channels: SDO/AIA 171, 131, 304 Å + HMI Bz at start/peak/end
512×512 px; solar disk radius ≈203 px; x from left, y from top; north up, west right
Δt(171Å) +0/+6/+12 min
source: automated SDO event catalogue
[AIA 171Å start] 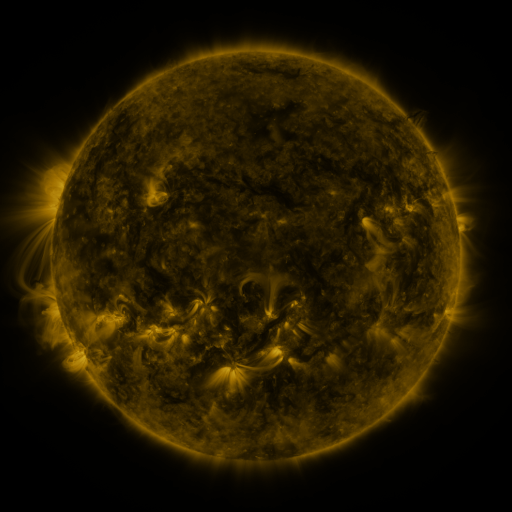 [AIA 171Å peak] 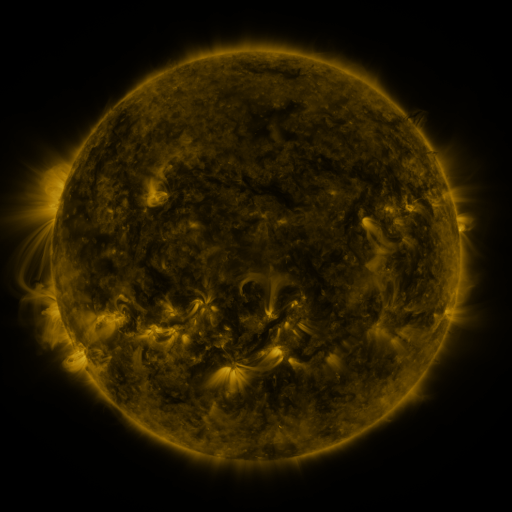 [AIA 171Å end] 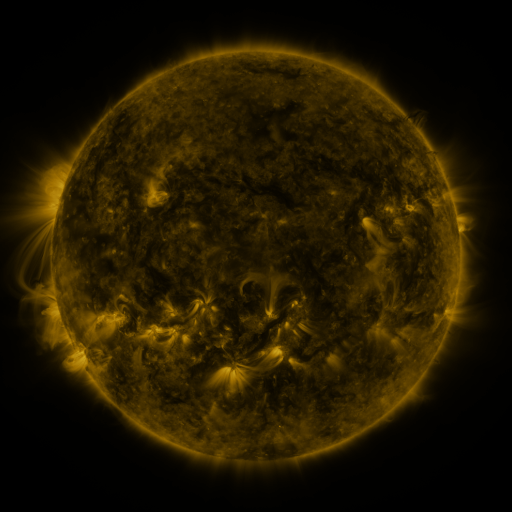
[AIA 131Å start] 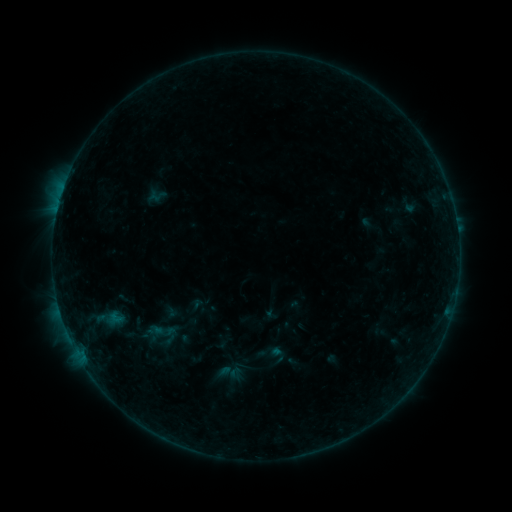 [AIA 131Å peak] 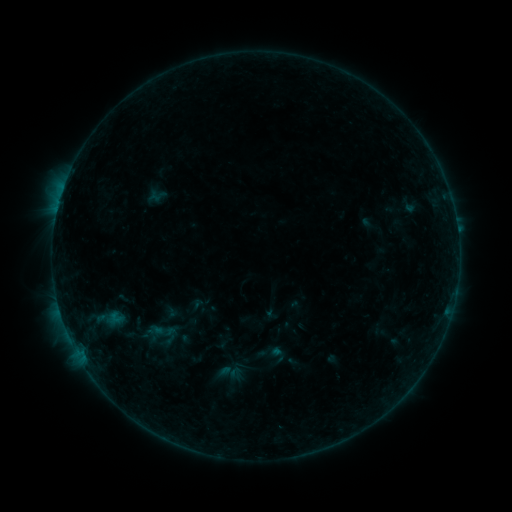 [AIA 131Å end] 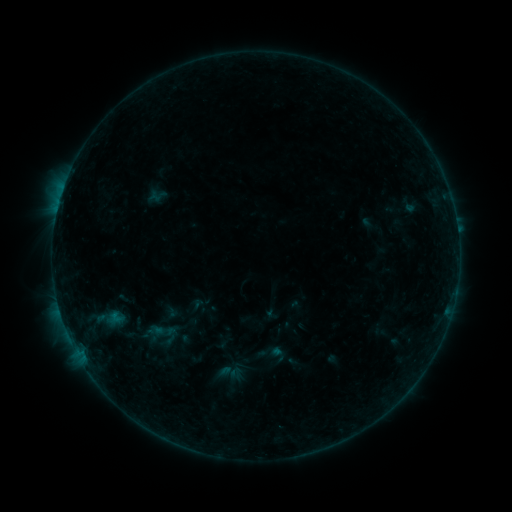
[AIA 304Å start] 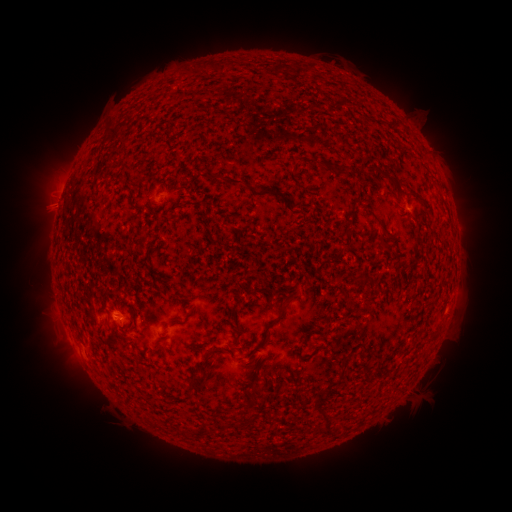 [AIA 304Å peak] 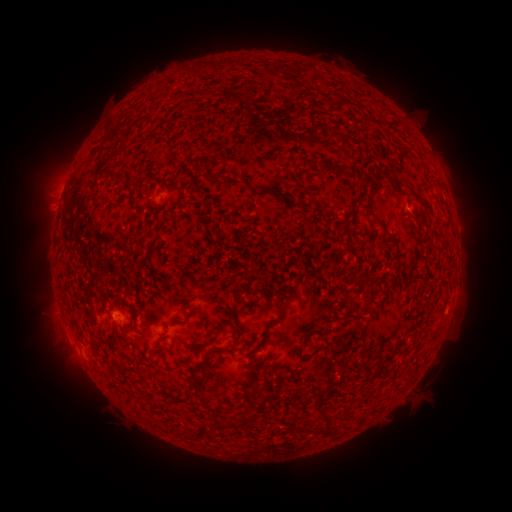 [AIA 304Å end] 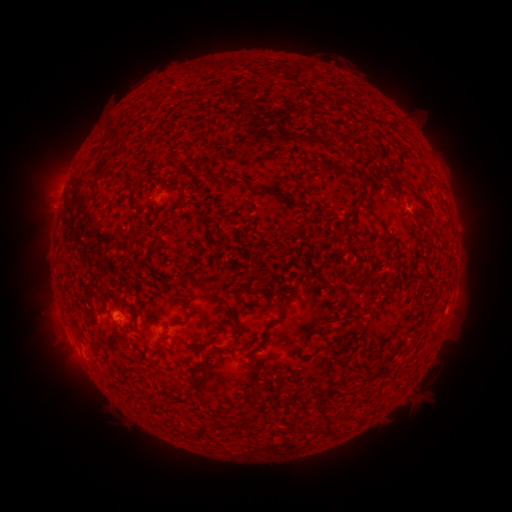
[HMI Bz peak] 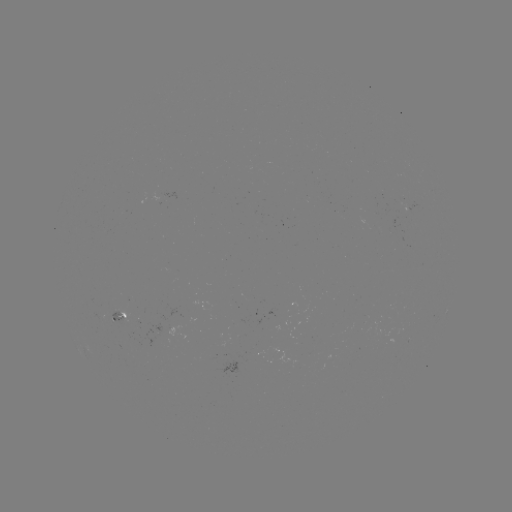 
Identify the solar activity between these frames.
no flare in any classed list; no EUV-trigger detection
